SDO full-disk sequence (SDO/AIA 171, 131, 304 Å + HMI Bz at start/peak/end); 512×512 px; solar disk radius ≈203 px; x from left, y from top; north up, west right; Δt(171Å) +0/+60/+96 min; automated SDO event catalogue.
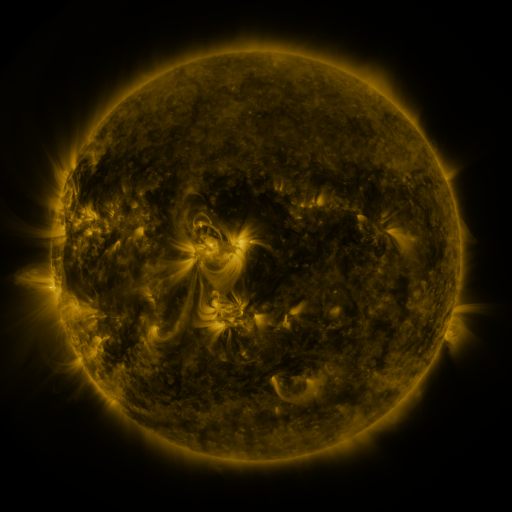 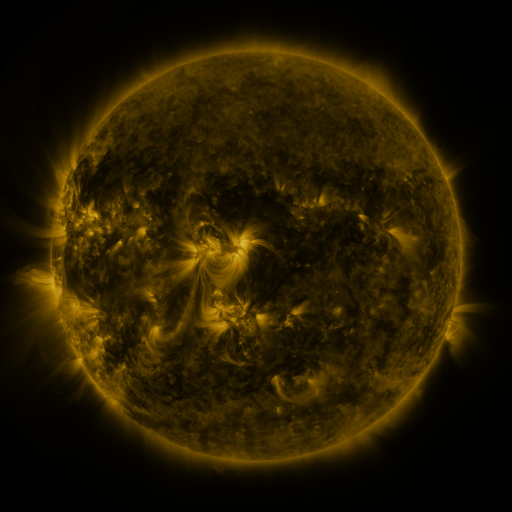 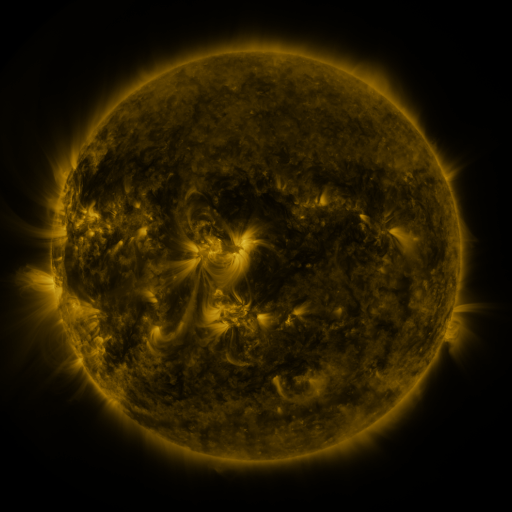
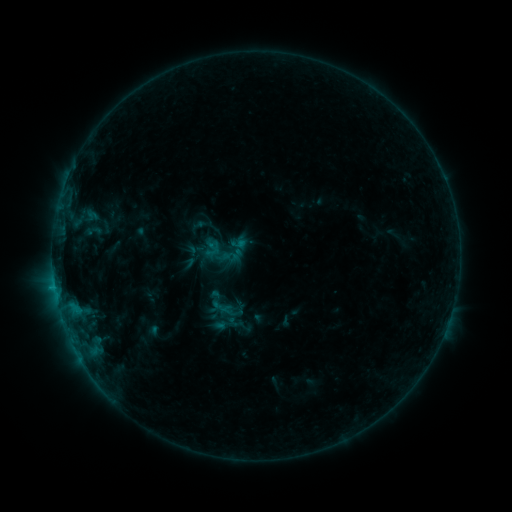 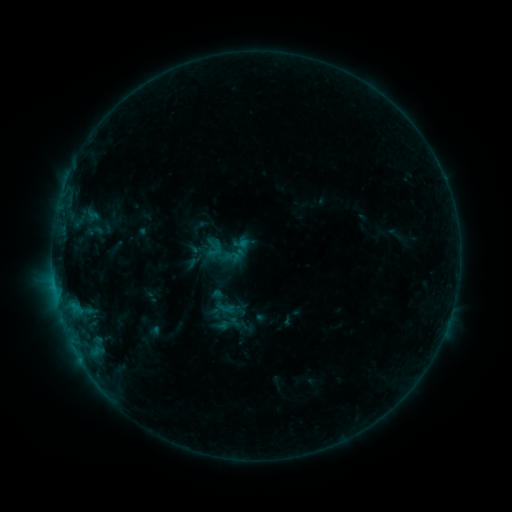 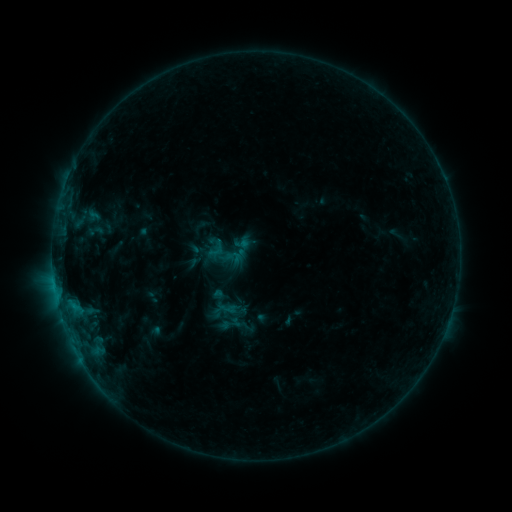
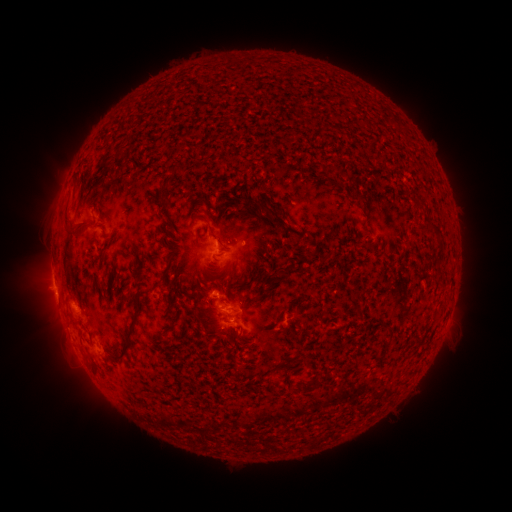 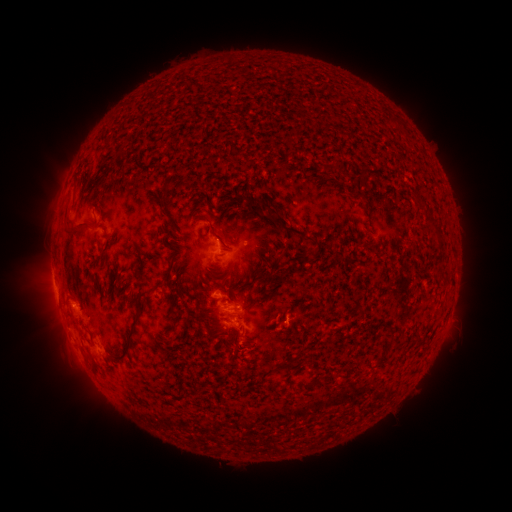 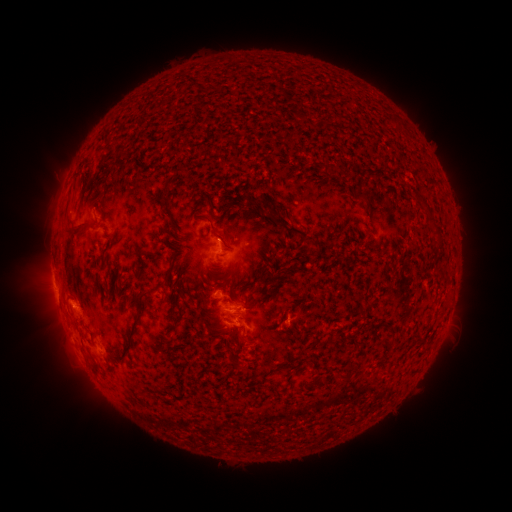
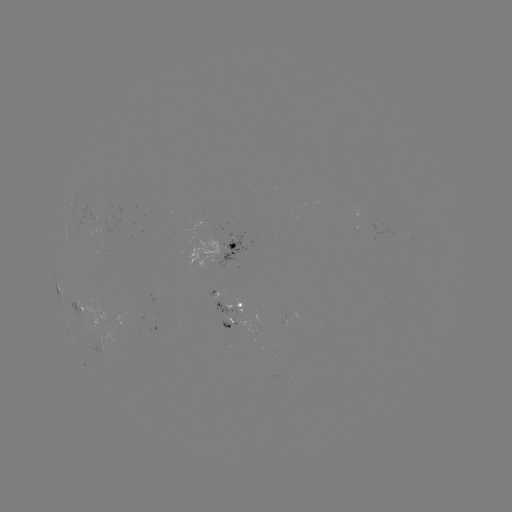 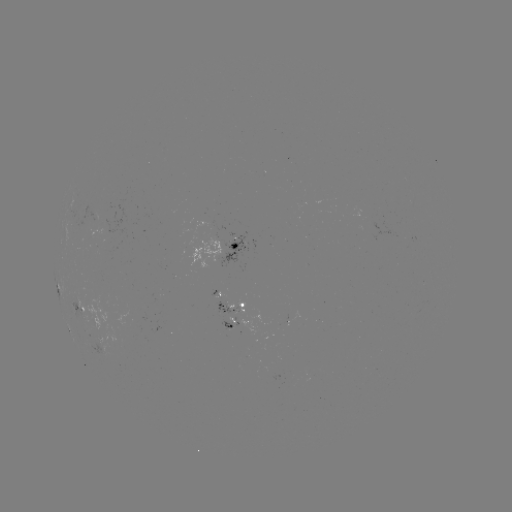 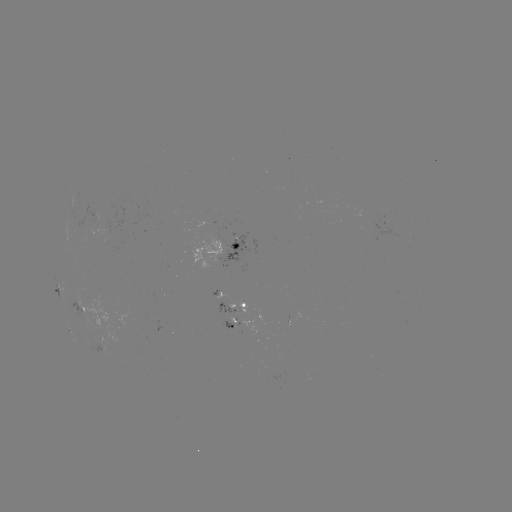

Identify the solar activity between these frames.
emerging-flux region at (228, 327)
